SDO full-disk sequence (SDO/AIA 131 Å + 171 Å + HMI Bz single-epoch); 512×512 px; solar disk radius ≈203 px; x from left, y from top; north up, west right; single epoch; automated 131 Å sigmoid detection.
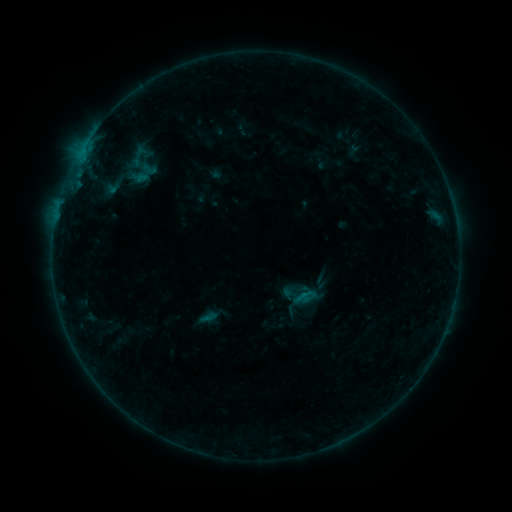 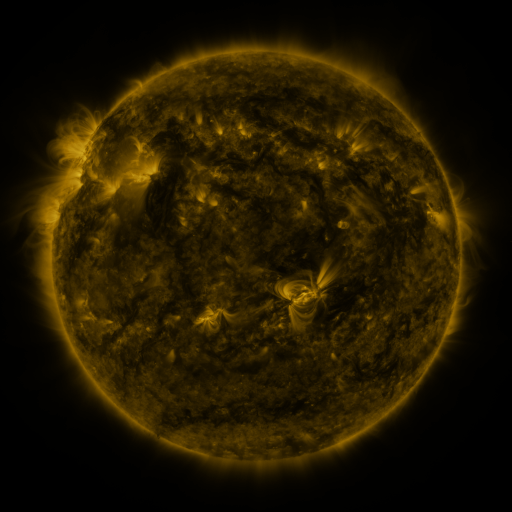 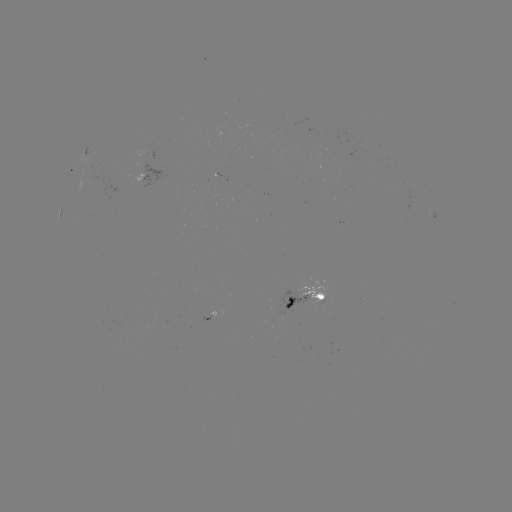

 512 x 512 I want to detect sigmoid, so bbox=[126, 158, 155, 188].